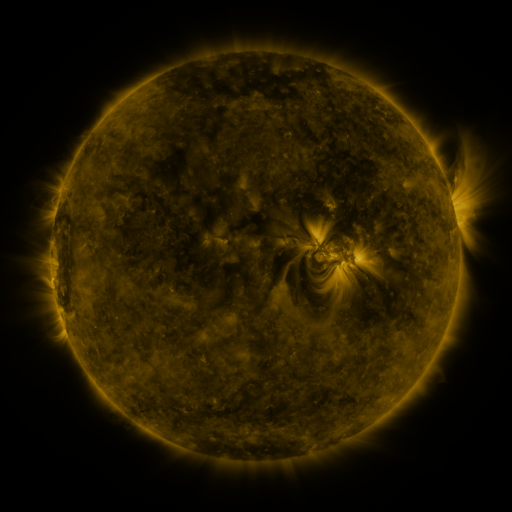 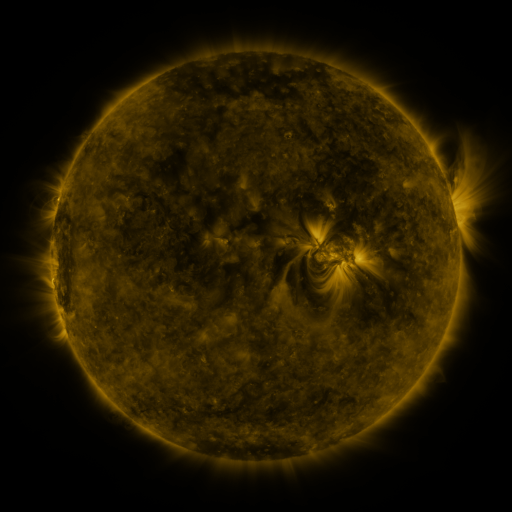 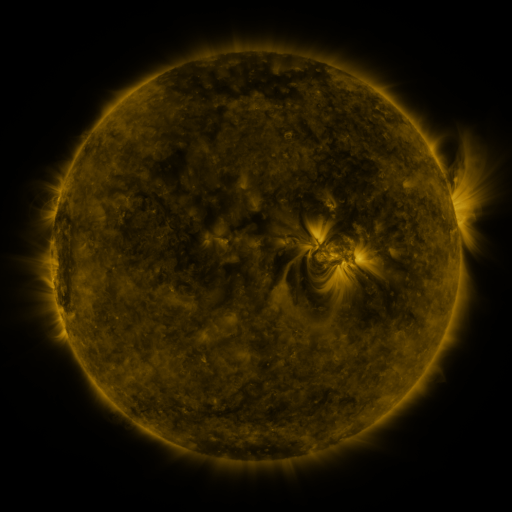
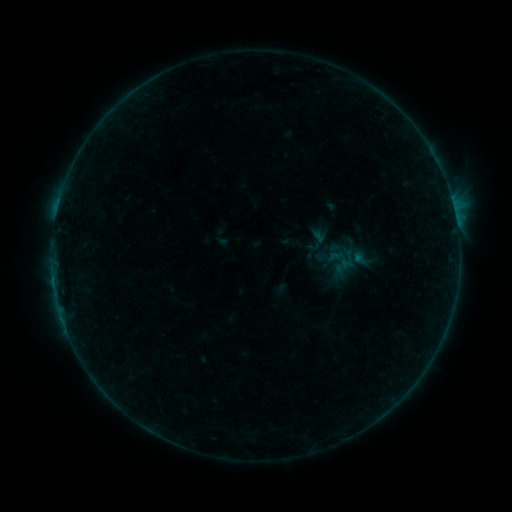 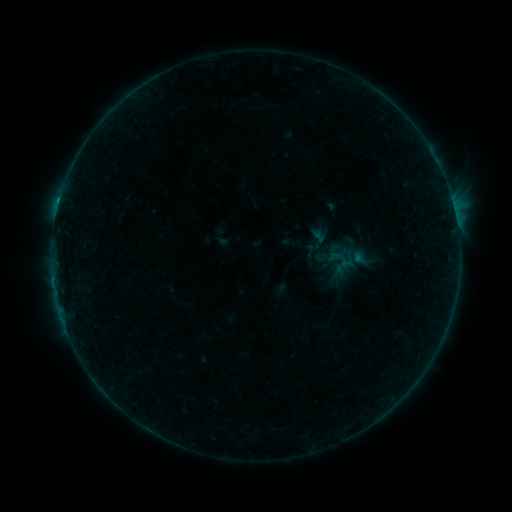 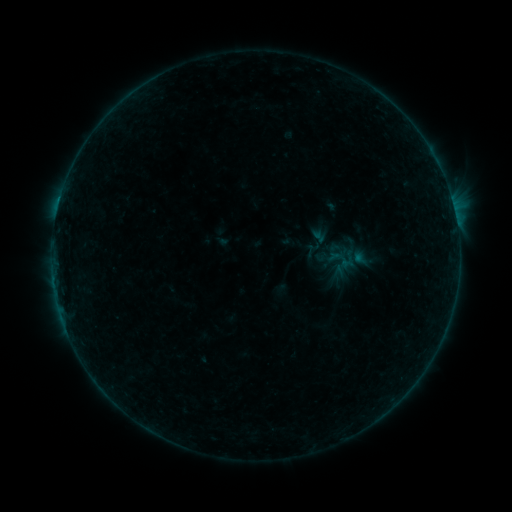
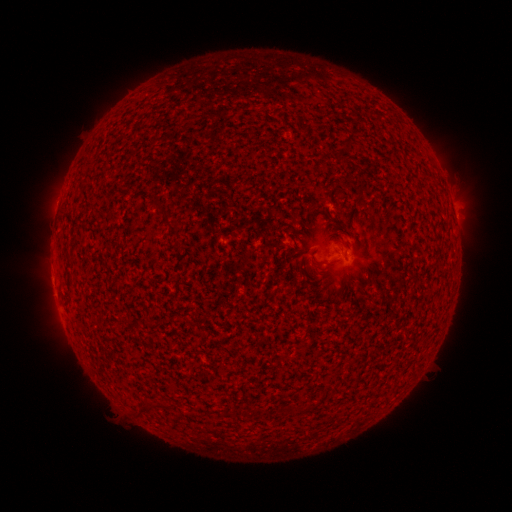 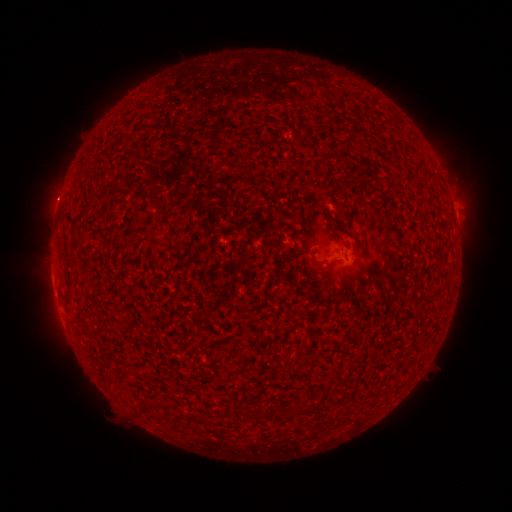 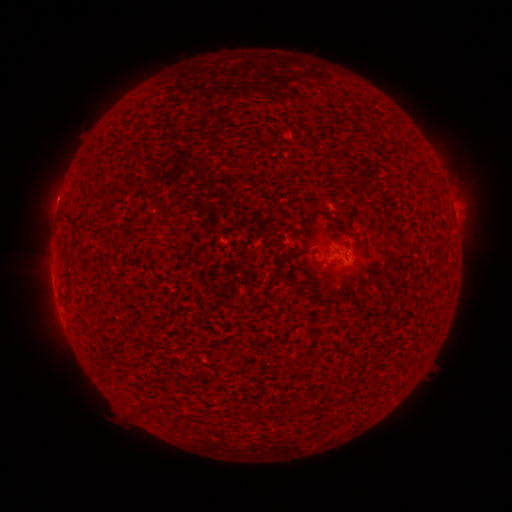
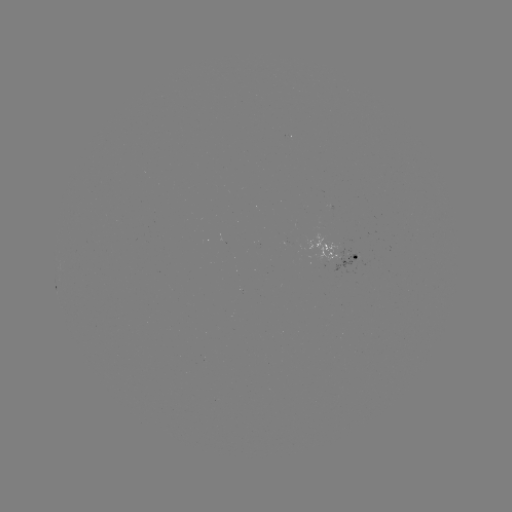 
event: flare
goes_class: B2.8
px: (59, 204)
